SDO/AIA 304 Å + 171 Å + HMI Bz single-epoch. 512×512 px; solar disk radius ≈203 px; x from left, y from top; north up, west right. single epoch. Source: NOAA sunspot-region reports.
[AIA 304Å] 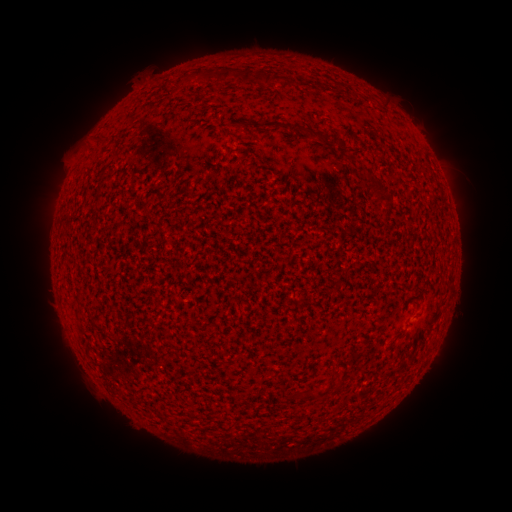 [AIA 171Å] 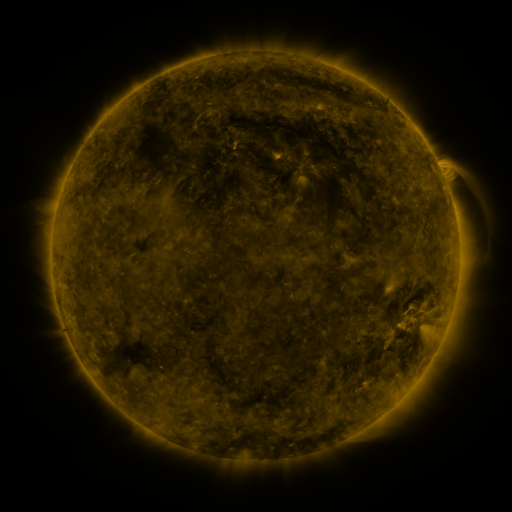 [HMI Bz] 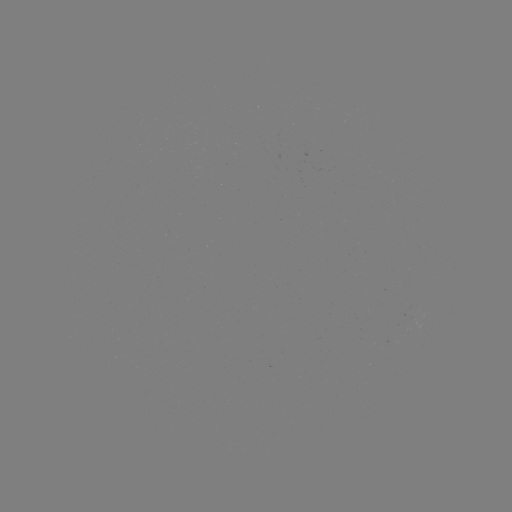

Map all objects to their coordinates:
(none)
